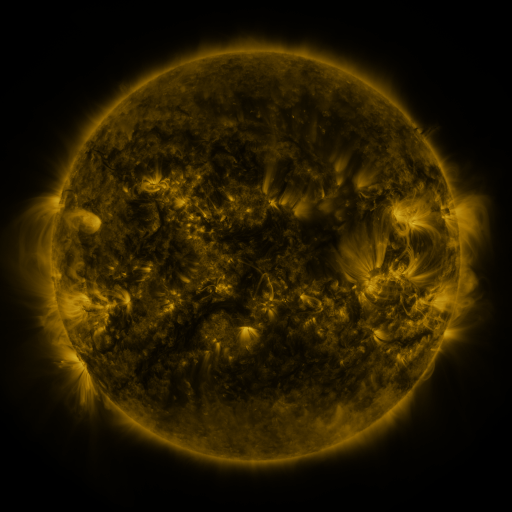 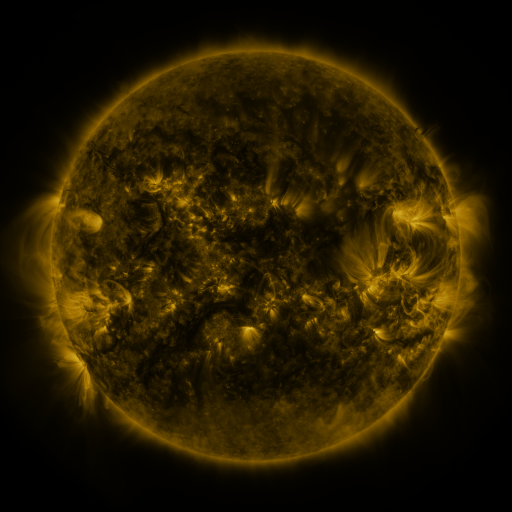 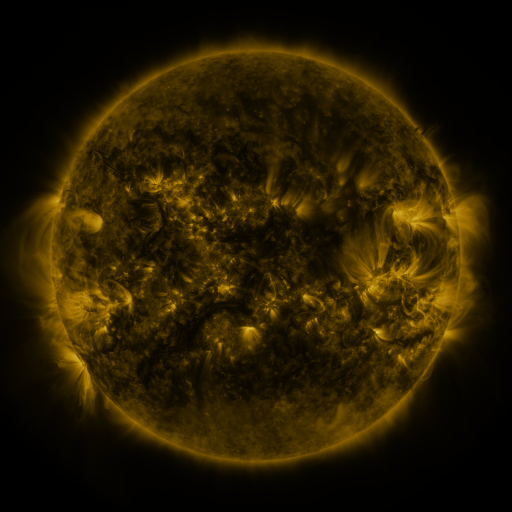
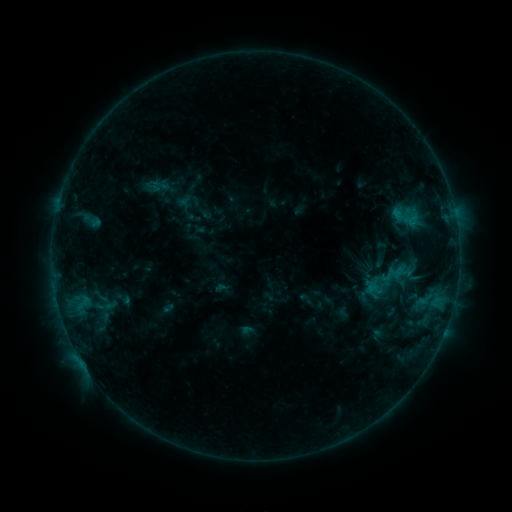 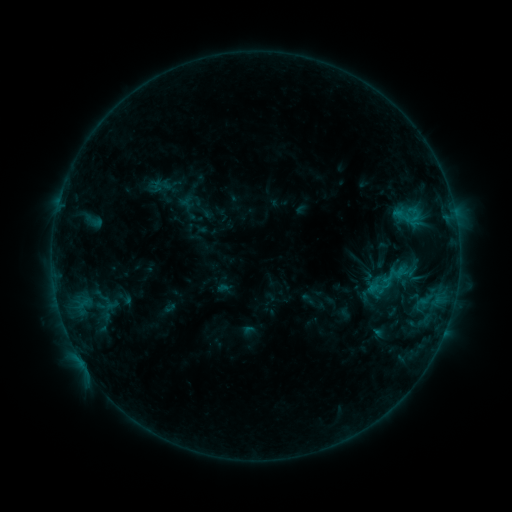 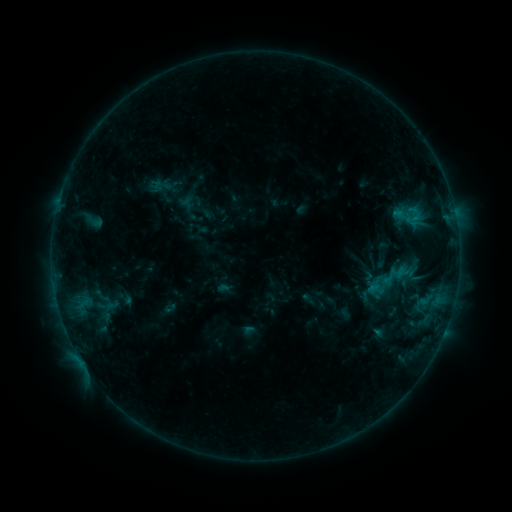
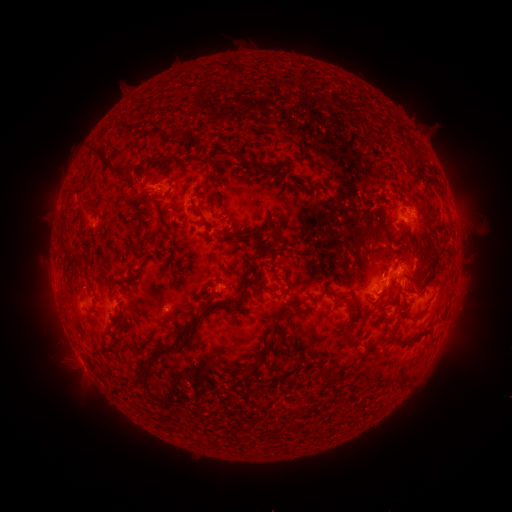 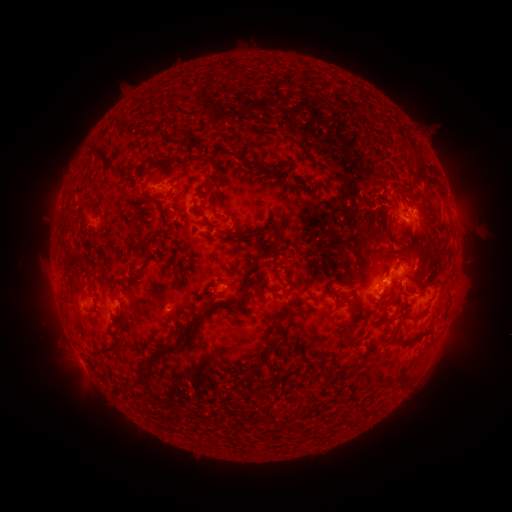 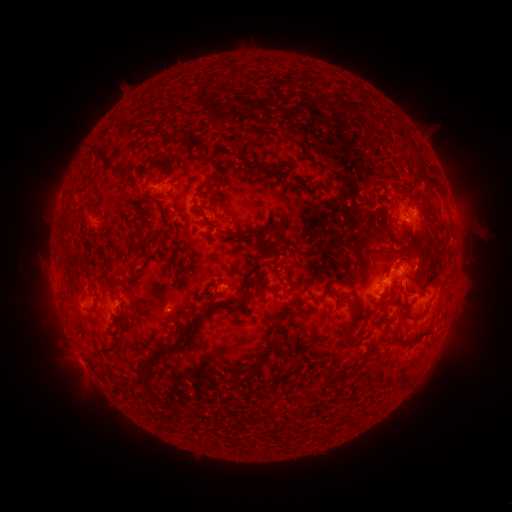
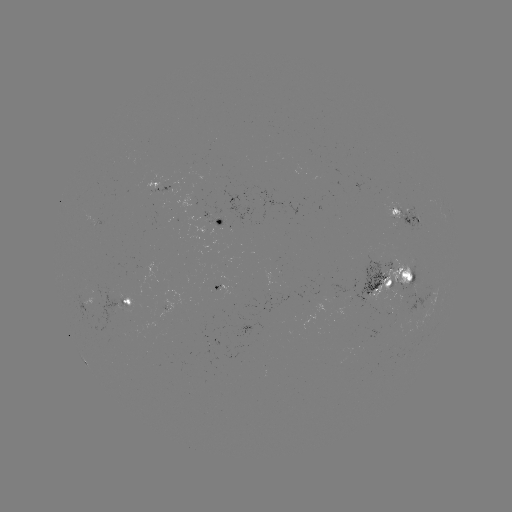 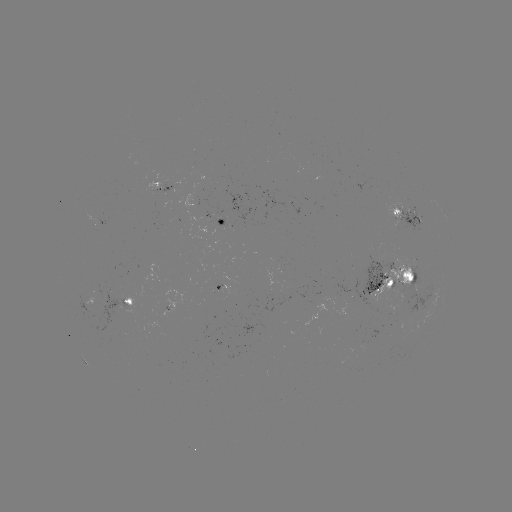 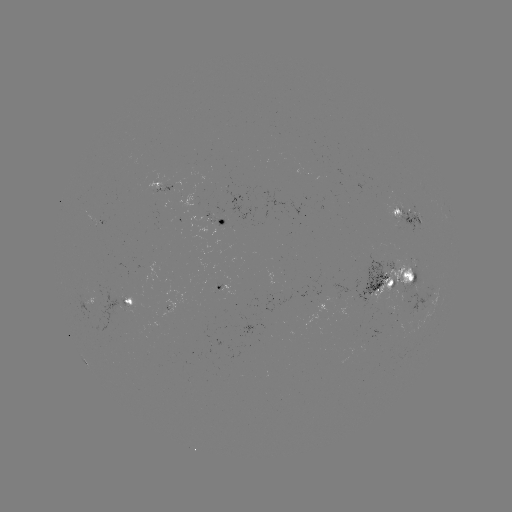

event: emerging-flux region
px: (397, 211)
